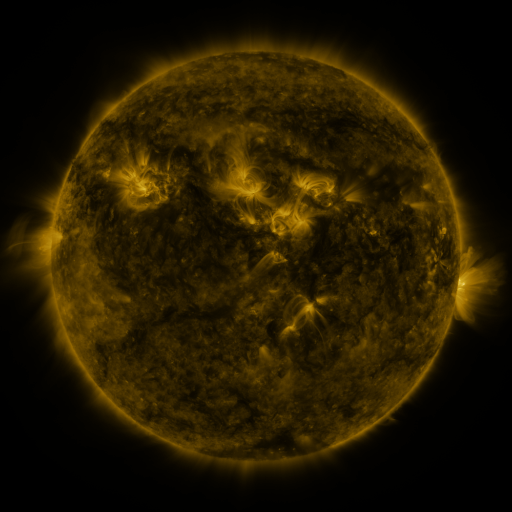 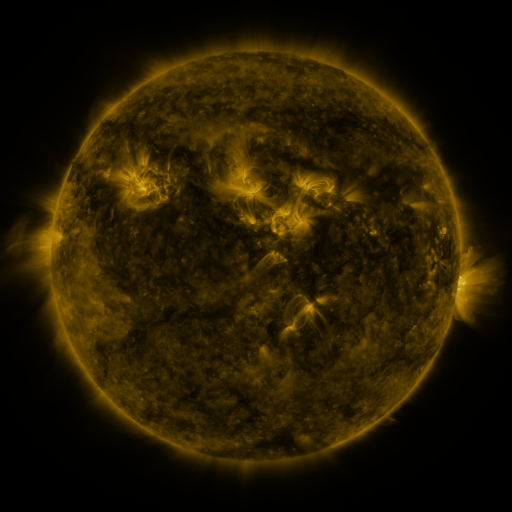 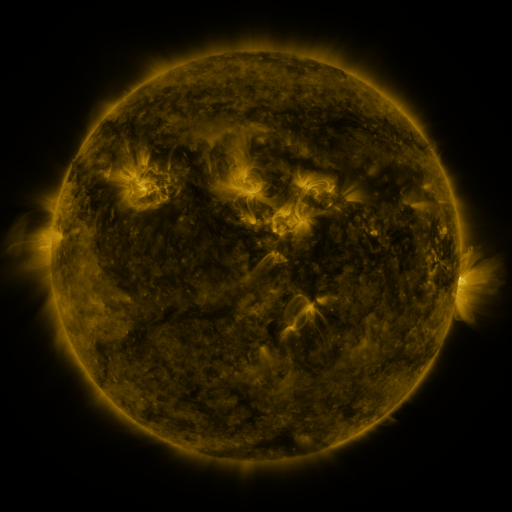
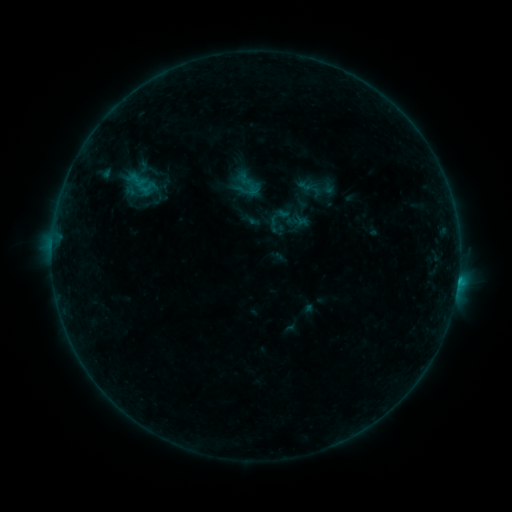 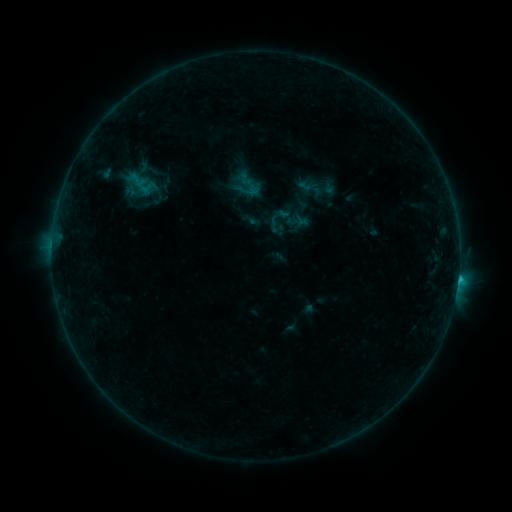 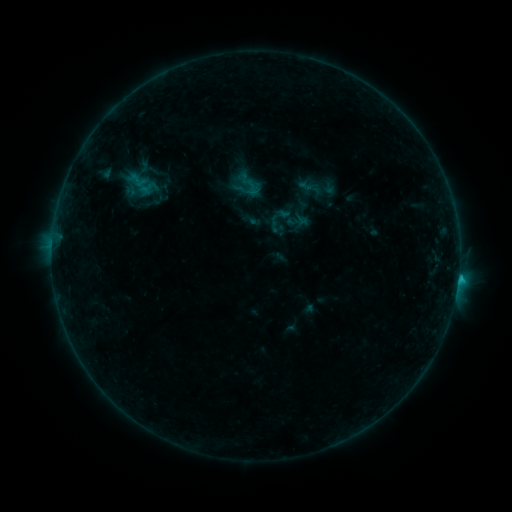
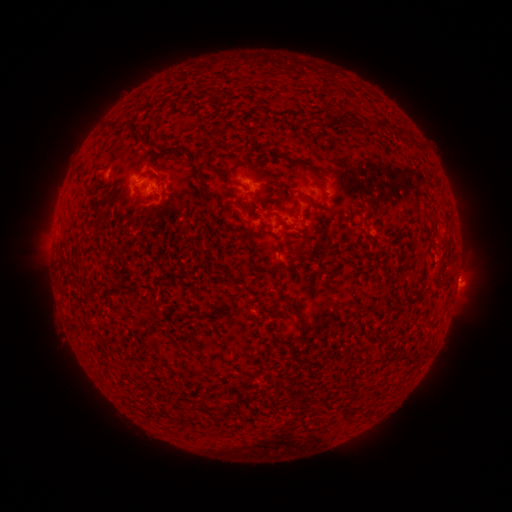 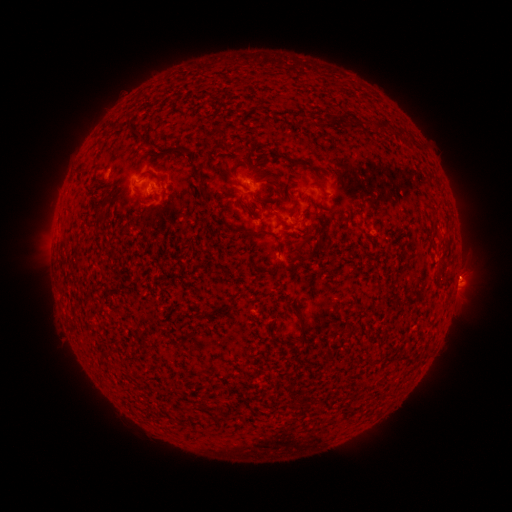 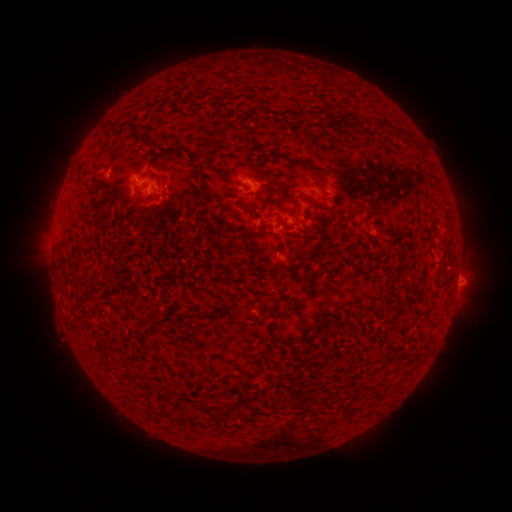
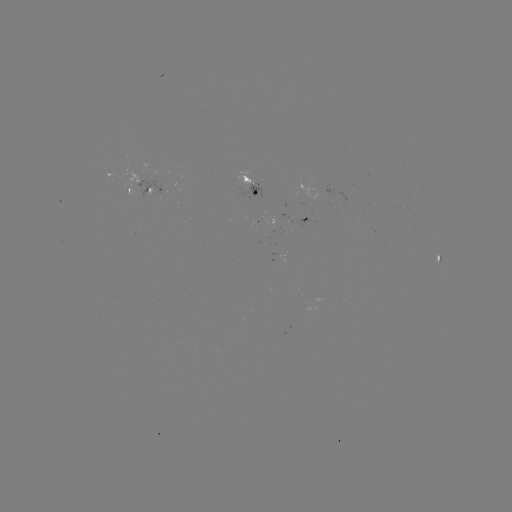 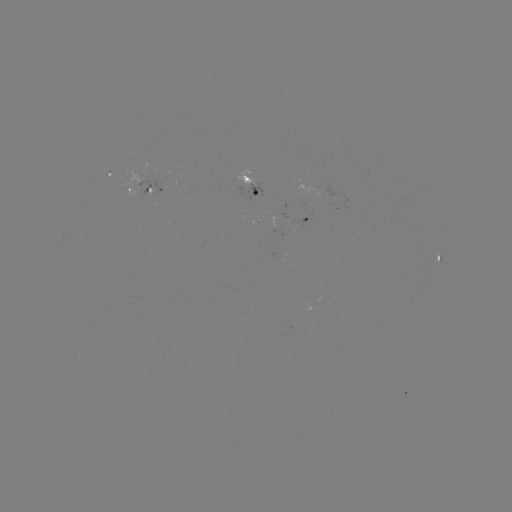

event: flare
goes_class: B8.6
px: (458, 273)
